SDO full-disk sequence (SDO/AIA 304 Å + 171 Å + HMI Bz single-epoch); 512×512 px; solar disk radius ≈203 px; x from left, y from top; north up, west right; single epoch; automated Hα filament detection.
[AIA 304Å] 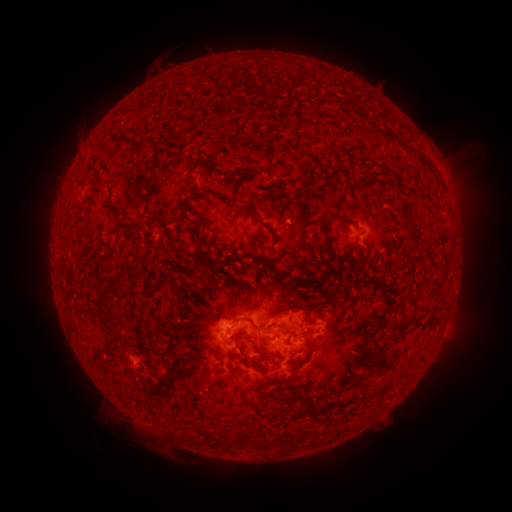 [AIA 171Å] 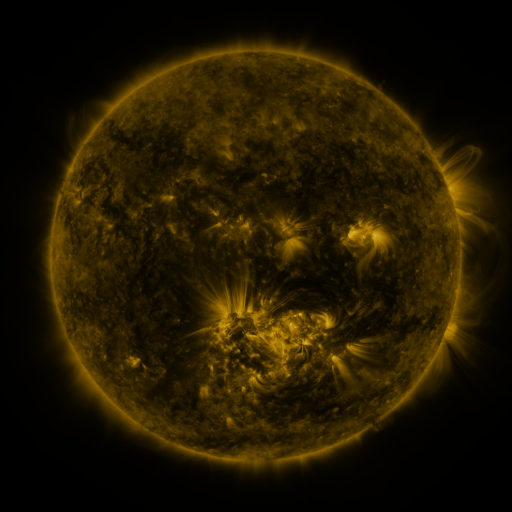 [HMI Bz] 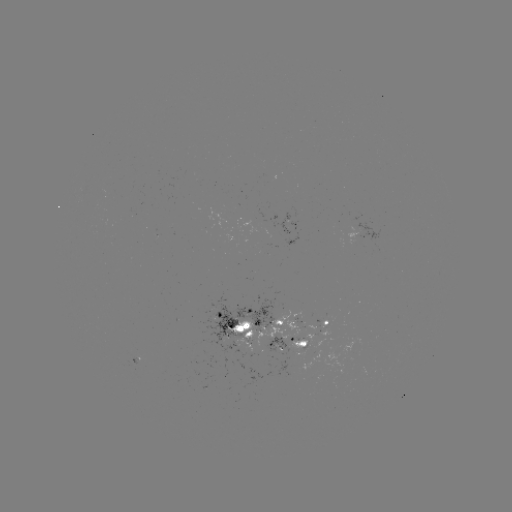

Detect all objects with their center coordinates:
filament: (127, 135, 141, 148)
filament: (250, 168, 263, 176)
filament: (339, 217, 363, 232)
filament: (322, 220, 338, 259)
filament: (125, 221, 140, 231)
filament: (266, 245, 273, 257)
filament: (127, 263, 138, 277)
filament: (105, 283, 119, 294)
filament: (269, 309, 287, 319)
filament: (231, 321, 250, 336)
filament: (403, 323, 427, 336)
filament: (242, 330, 253, 339)
filament: (236, 348, 251, 360)
filament: (265, 362, 303, 387)
filament: (270, 389, 282, 397)
filament: (301, 404, 316, 421)
